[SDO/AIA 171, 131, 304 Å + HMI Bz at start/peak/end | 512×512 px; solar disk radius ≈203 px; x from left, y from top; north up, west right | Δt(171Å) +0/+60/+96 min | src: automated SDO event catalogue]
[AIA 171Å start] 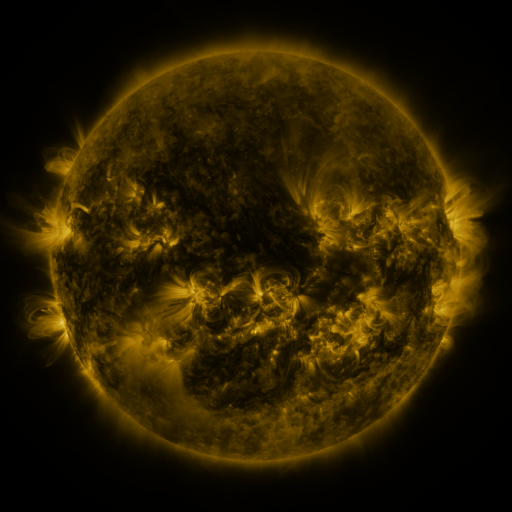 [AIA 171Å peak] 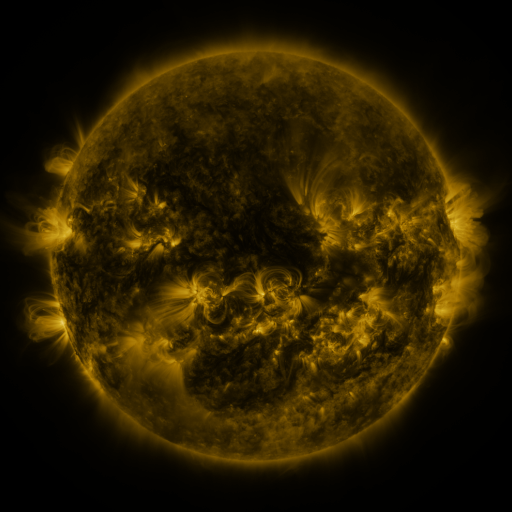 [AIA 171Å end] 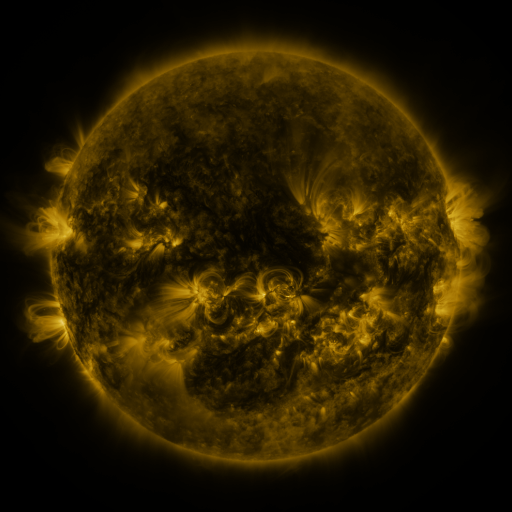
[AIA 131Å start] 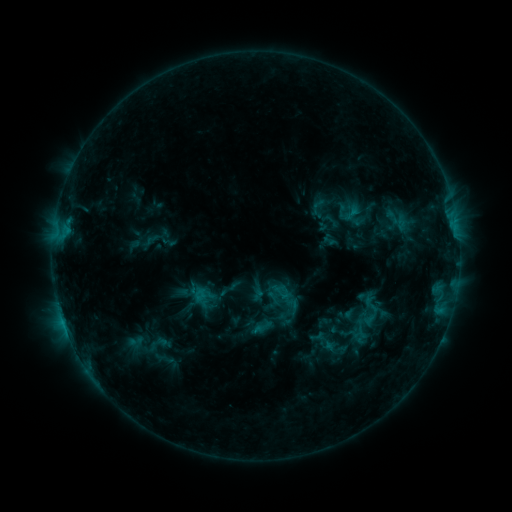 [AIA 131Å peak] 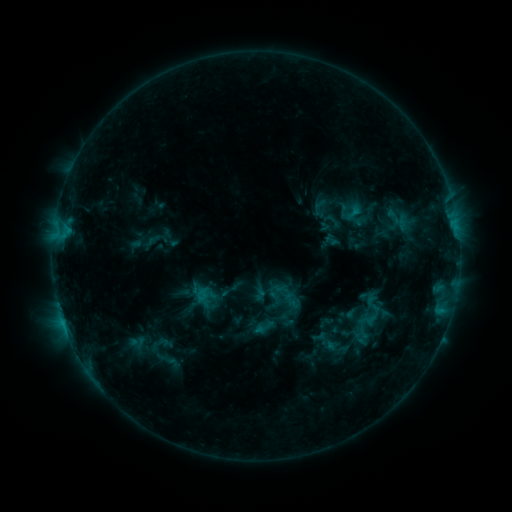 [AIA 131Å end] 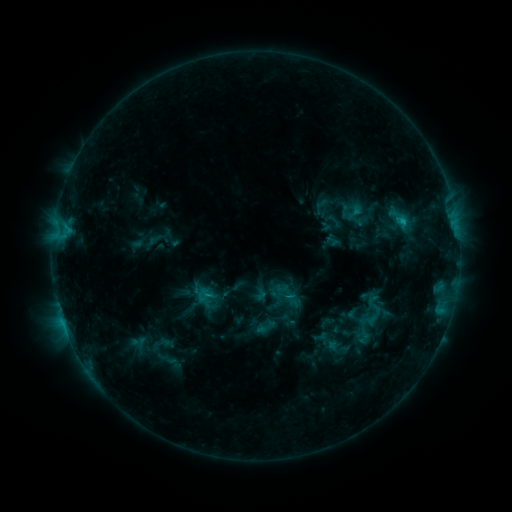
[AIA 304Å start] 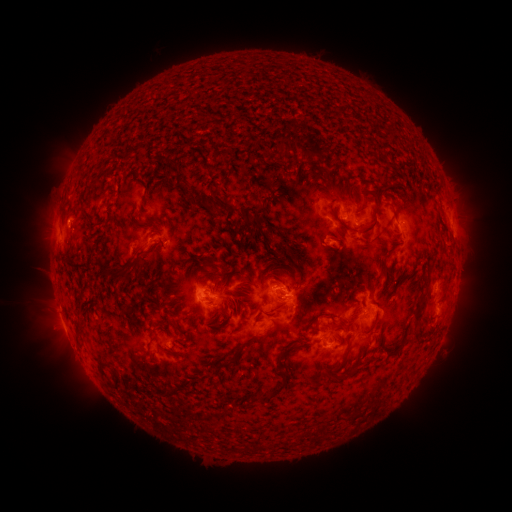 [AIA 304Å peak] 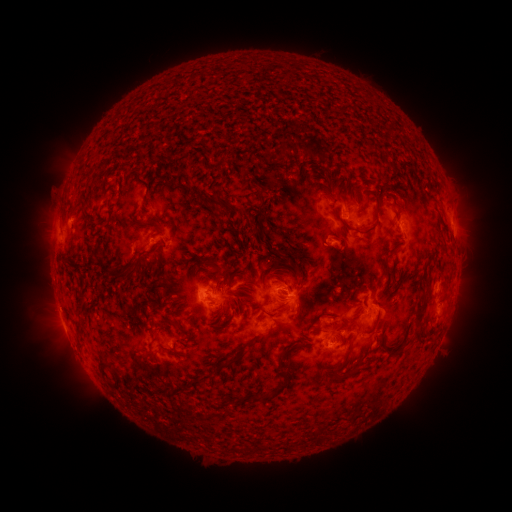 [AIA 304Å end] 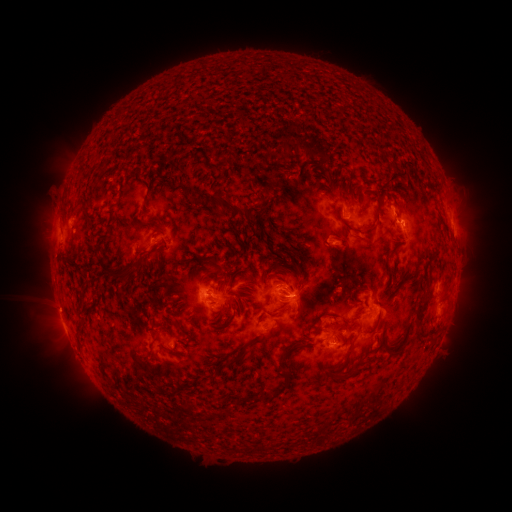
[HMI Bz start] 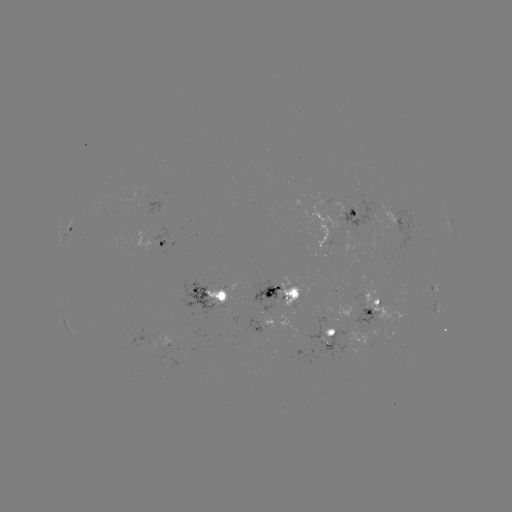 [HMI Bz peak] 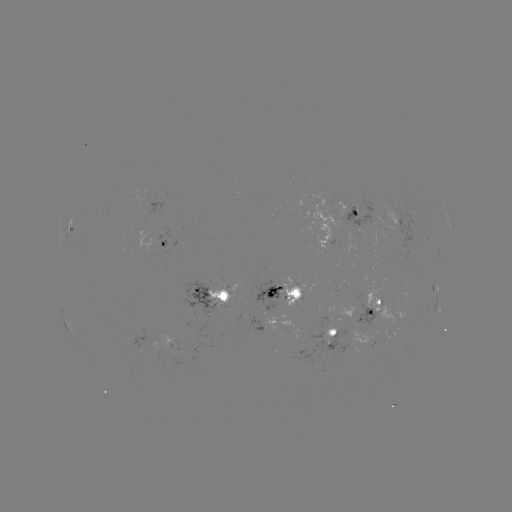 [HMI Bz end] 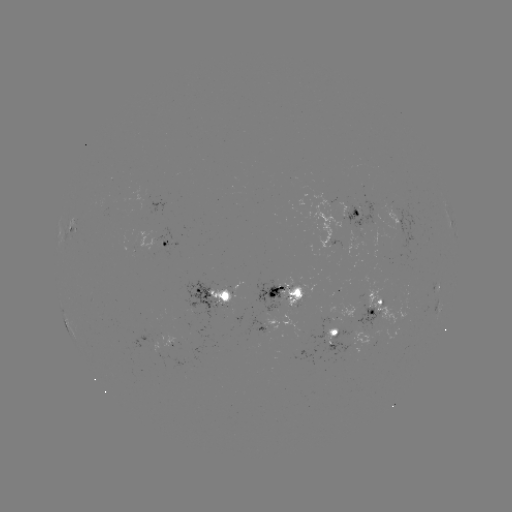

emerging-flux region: (349, 326, 372, 344)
